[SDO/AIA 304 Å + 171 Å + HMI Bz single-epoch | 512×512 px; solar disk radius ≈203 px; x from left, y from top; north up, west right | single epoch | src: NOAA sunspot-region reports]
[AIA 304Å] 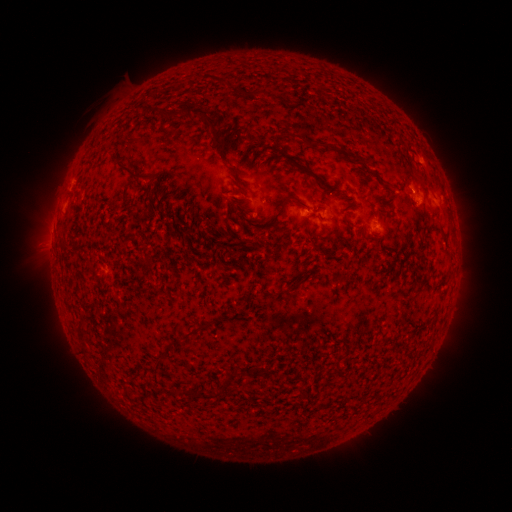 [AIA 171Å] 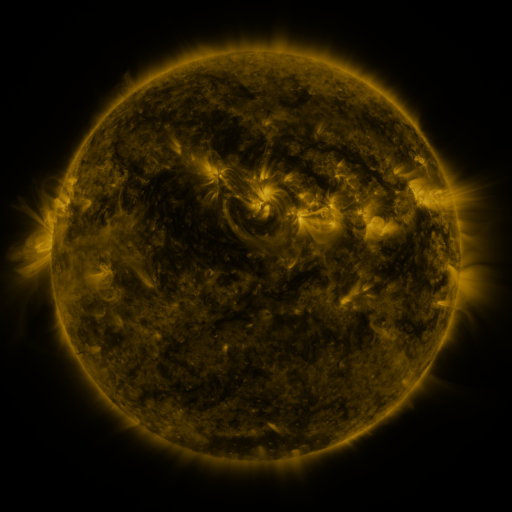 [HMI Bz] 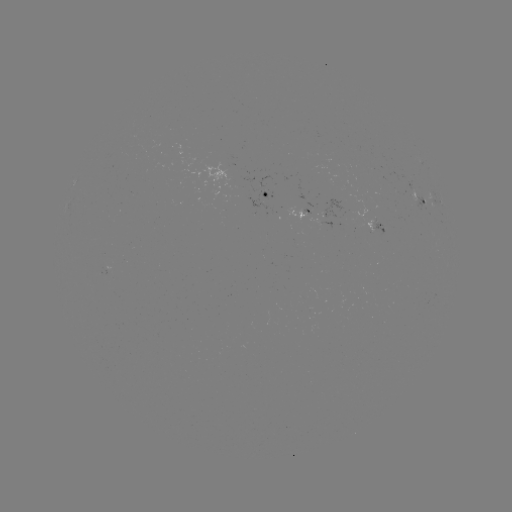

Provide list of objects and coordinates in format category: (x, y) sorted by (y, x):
spotted active region: (266, 195)
spotted active region: (441, 205)
spotted active region: (422, 206)
spotted active region: (375, 228)
